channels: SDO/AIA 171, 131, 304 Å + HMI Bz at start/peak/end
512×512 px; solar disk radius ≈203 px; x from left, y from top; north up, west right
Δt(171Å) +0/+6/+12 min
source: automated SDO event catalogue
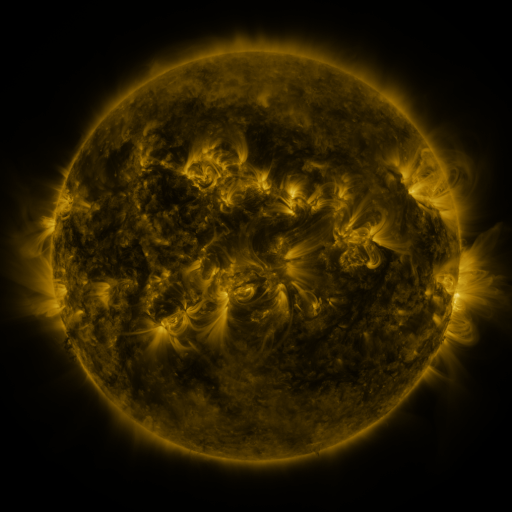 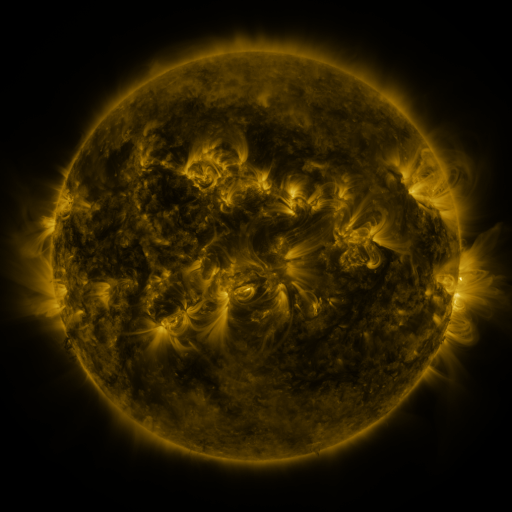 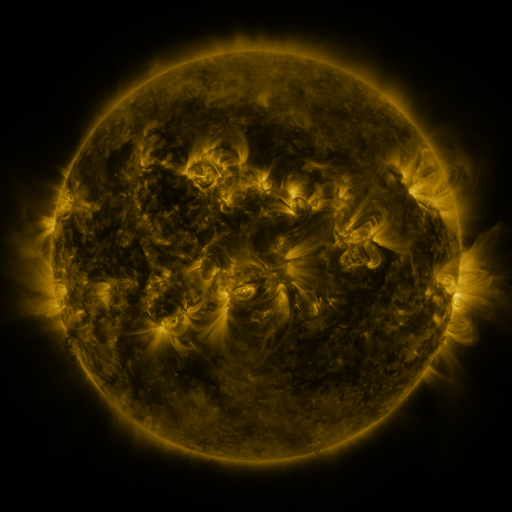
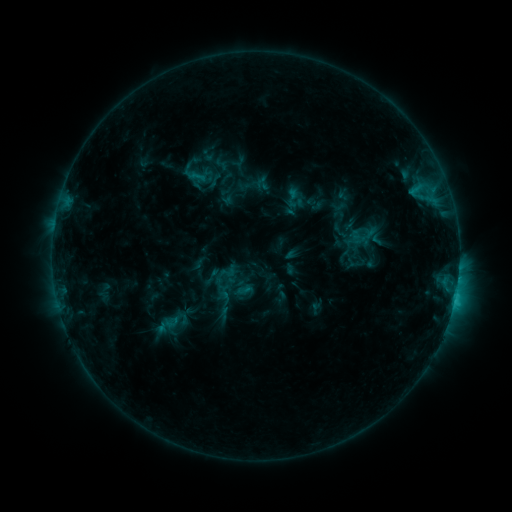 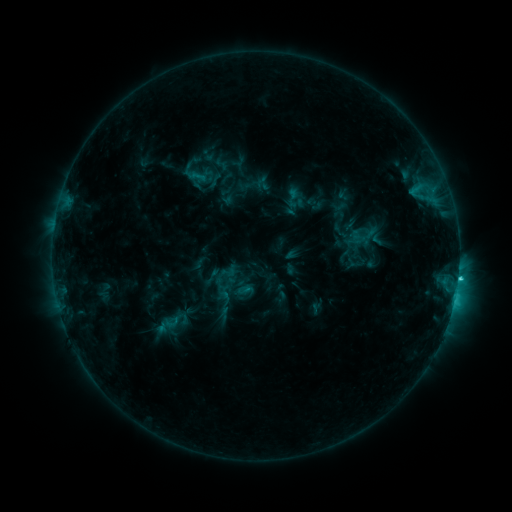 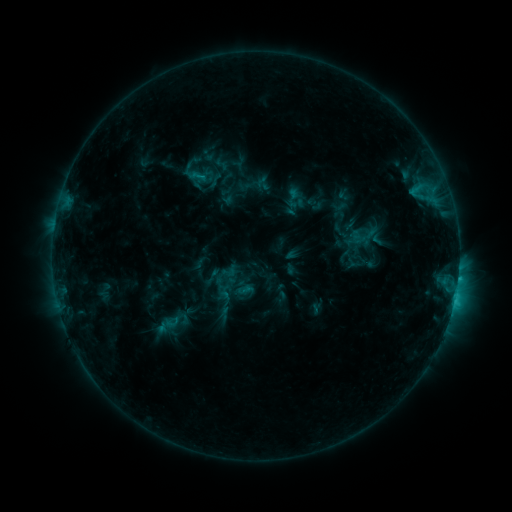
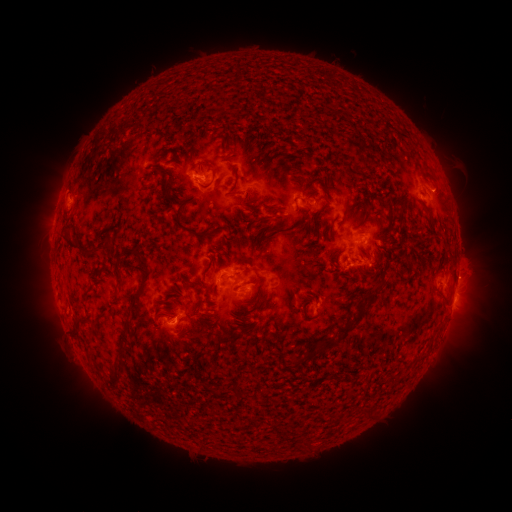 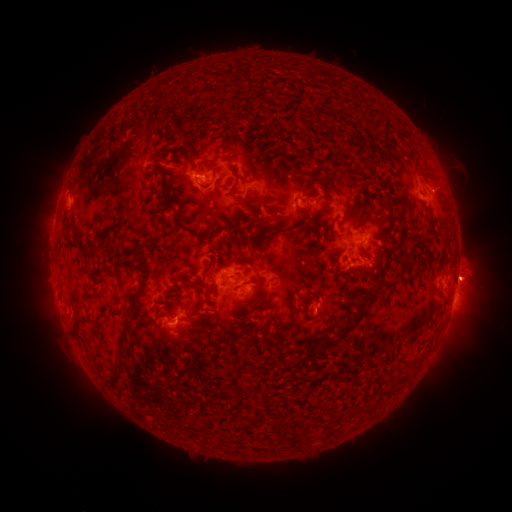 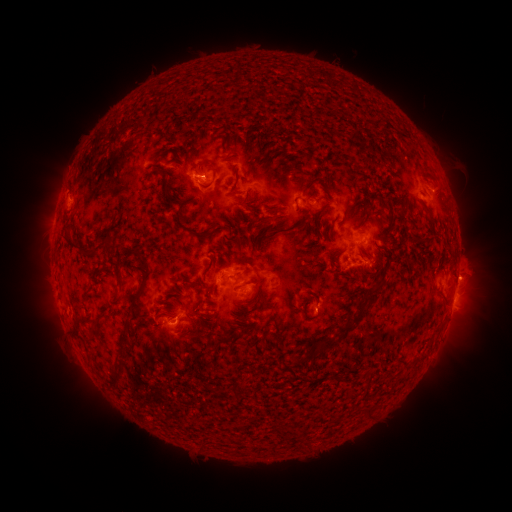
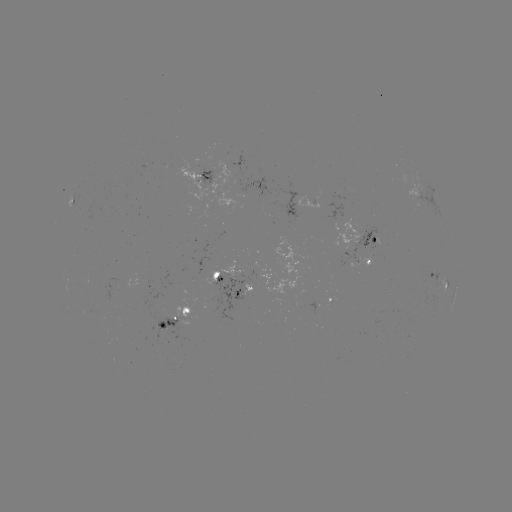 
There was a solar flare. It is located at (458, 276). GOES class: C2.1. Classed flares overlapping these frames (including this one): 1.